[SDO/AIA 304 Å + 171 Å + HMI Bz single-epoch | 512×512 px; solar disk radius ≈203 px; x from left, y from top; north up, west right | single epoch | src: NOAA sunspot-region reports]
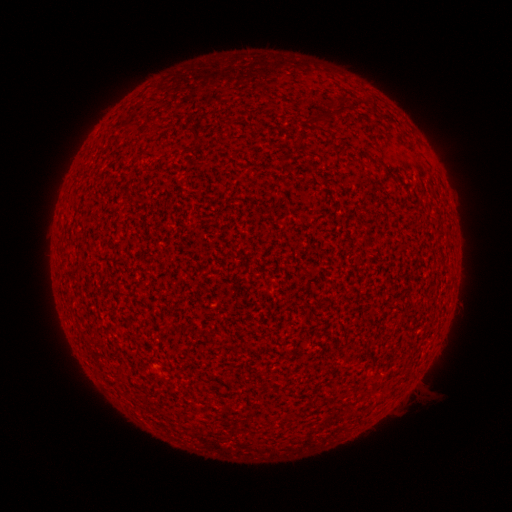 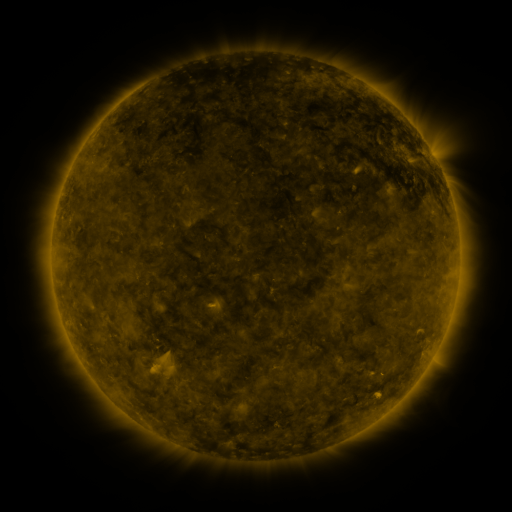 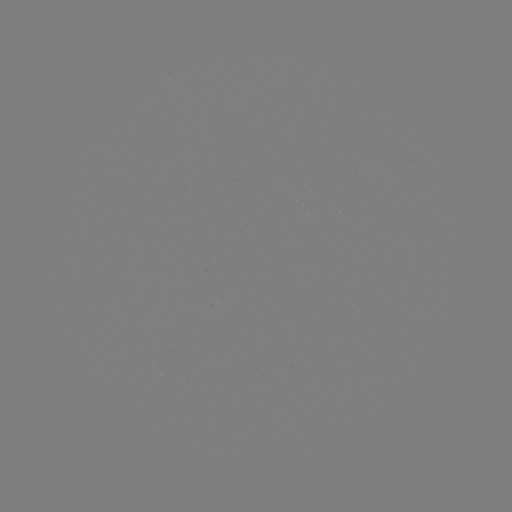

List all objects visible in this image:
(none)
